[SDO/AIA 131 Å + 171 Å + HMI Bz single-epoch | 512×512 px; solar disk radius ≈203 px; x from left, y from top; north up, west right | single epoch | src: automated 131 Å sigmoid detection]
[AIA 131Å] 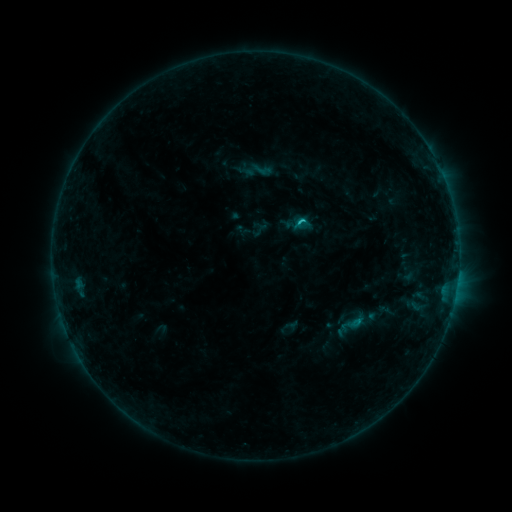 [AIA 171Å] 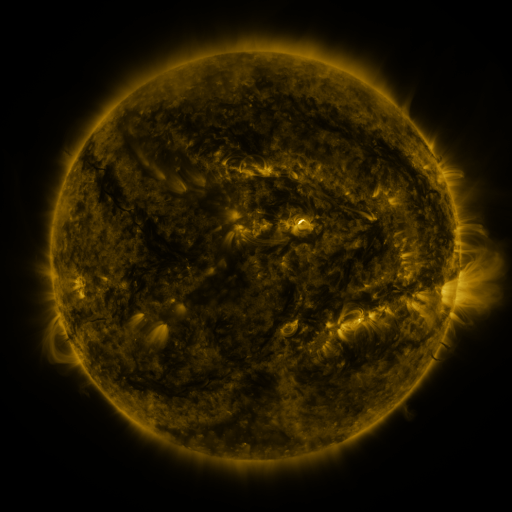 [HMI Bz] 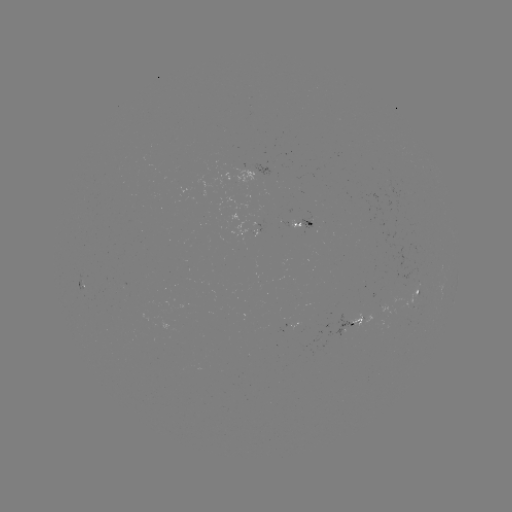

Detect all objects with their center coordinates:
sigmoid: [250, 158, 274, 181]
sigmoid: [339, 311, 364, 336]
